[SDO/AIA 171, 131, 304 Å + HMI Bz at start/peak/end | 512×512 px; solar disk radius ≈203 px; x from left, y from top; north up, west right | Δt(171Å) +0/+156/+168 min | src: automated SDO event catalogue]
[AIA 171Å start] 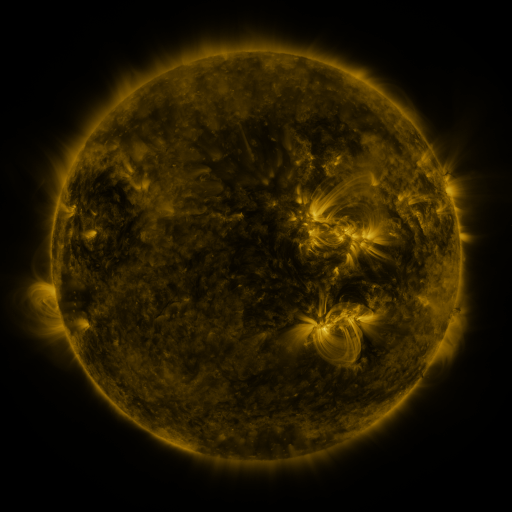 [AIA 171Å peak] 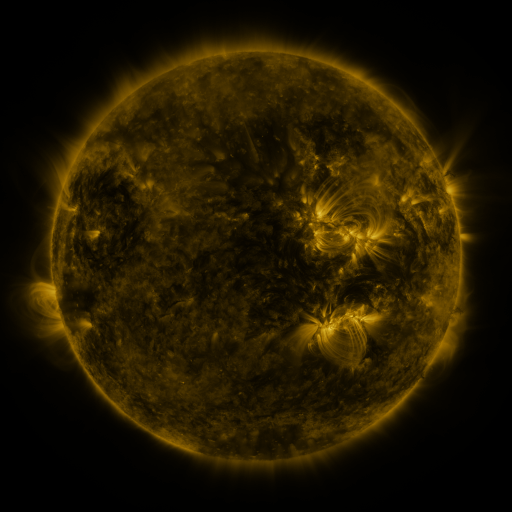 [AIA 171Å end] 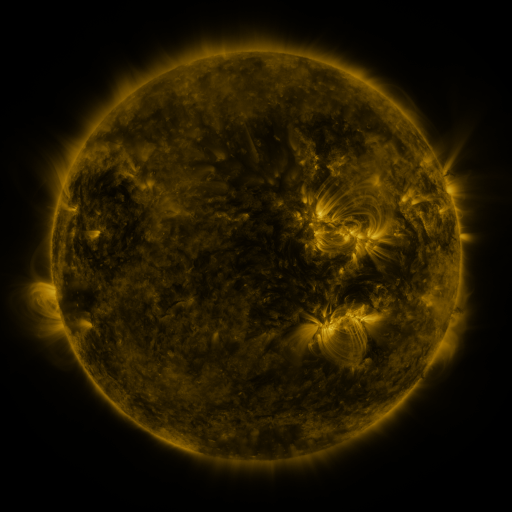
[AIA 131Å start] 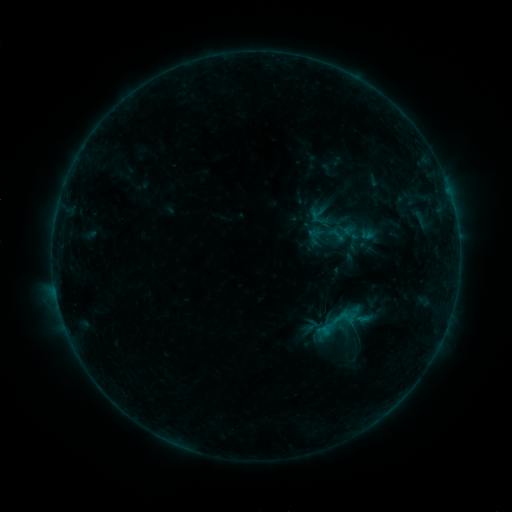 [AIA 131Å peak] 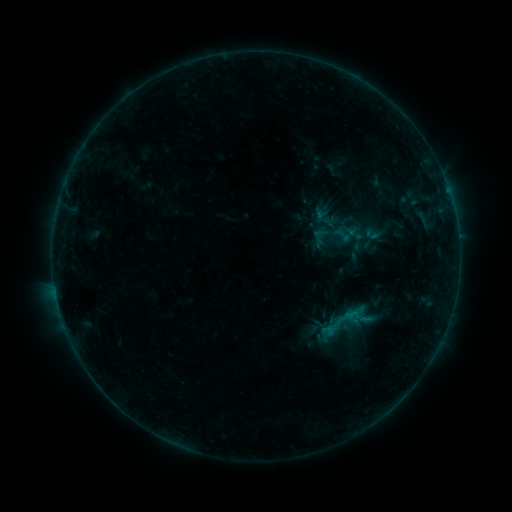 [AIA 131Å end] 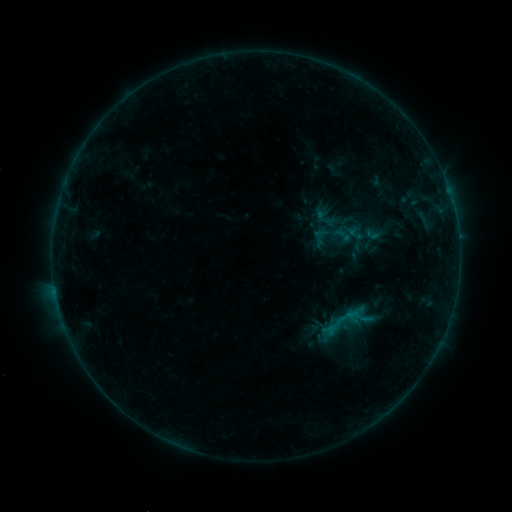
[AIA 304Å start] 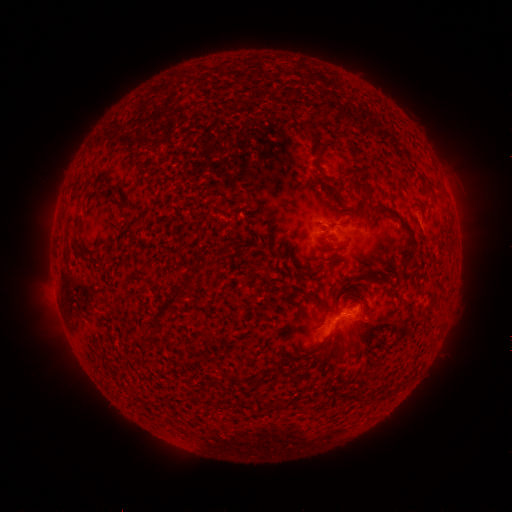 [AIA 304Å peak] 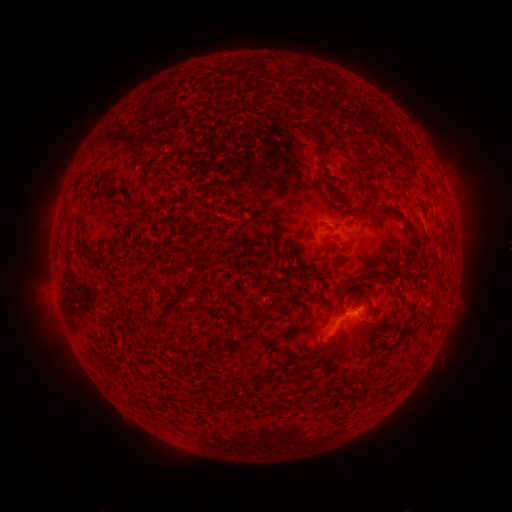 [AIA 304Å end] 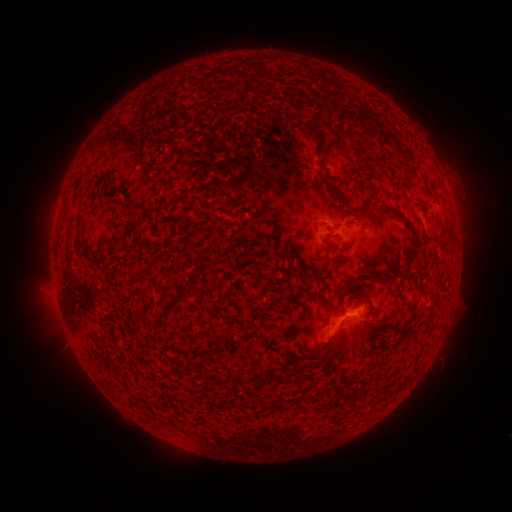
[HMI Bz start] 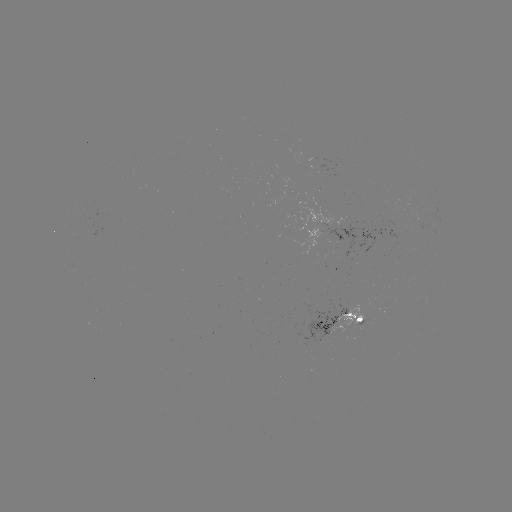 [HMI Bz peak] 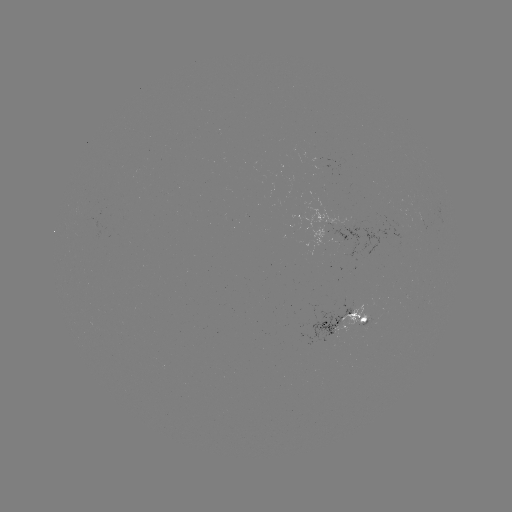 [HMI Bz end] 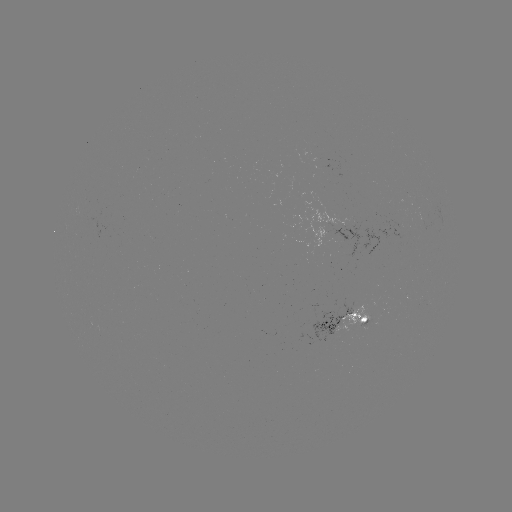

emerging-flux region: <bbox>328, 216, 404, 260</bbox>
